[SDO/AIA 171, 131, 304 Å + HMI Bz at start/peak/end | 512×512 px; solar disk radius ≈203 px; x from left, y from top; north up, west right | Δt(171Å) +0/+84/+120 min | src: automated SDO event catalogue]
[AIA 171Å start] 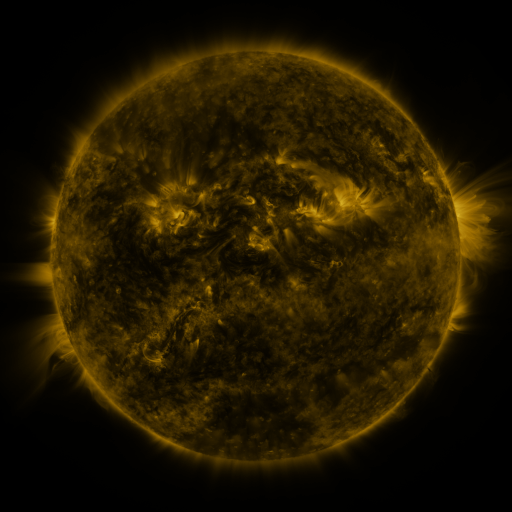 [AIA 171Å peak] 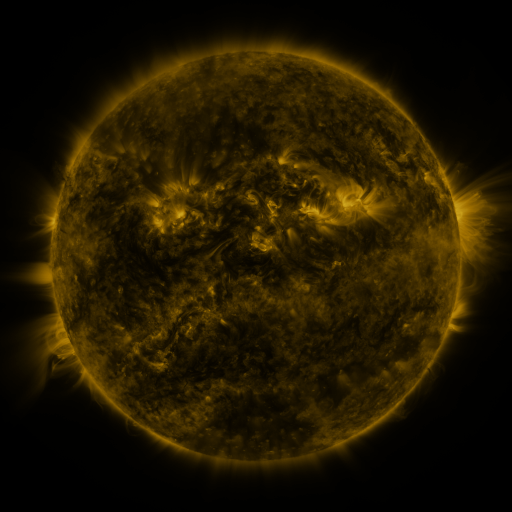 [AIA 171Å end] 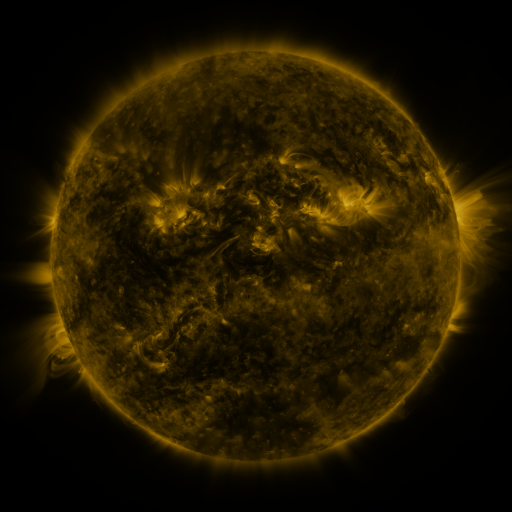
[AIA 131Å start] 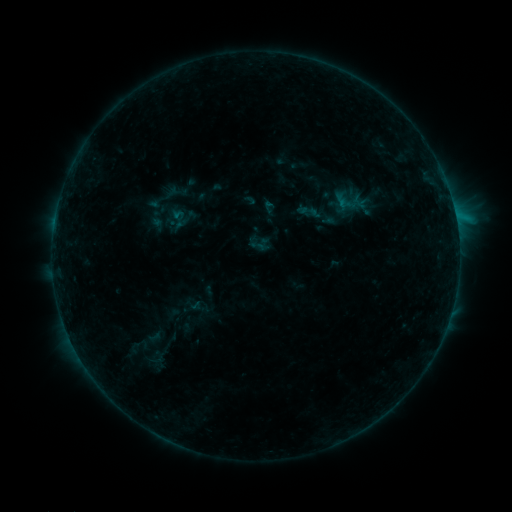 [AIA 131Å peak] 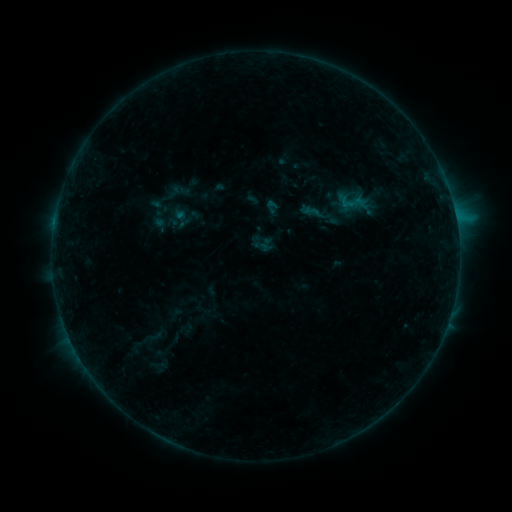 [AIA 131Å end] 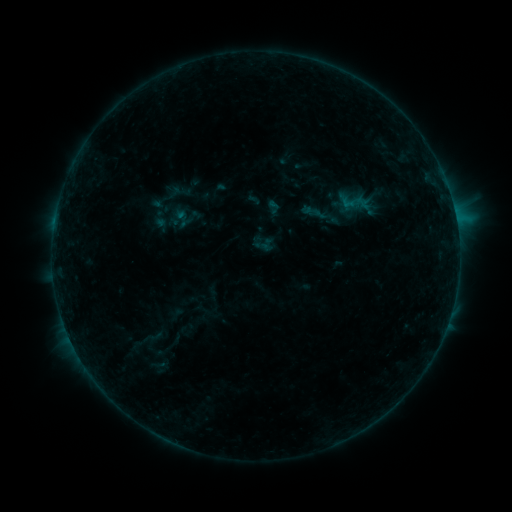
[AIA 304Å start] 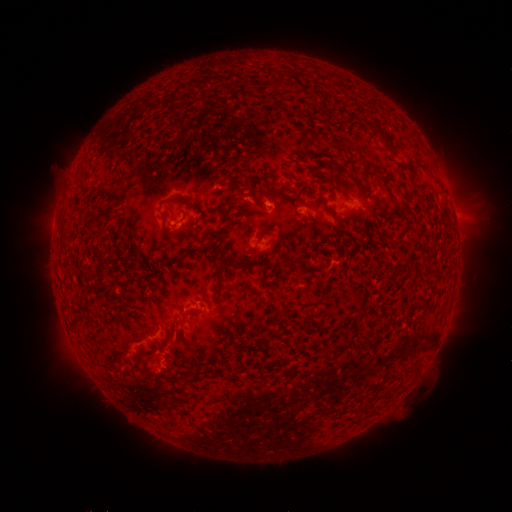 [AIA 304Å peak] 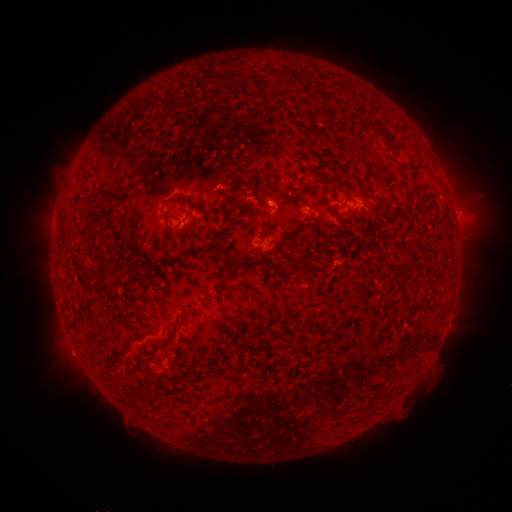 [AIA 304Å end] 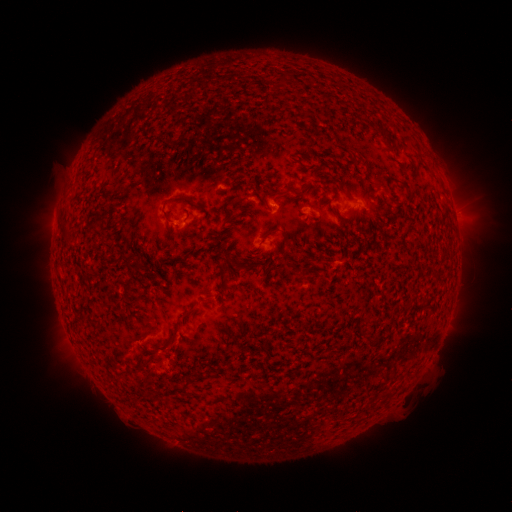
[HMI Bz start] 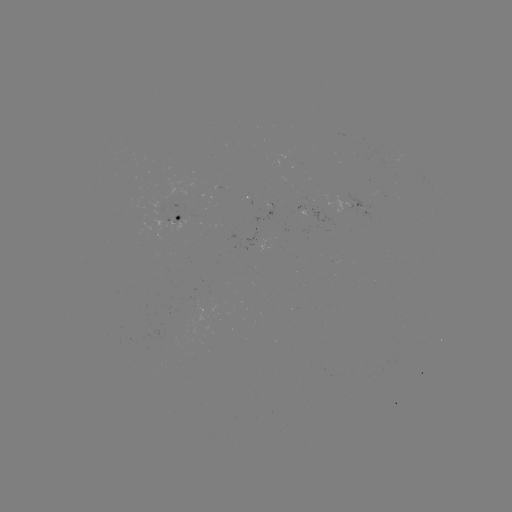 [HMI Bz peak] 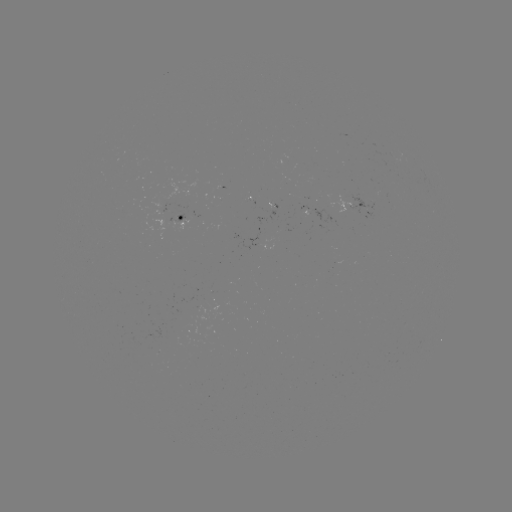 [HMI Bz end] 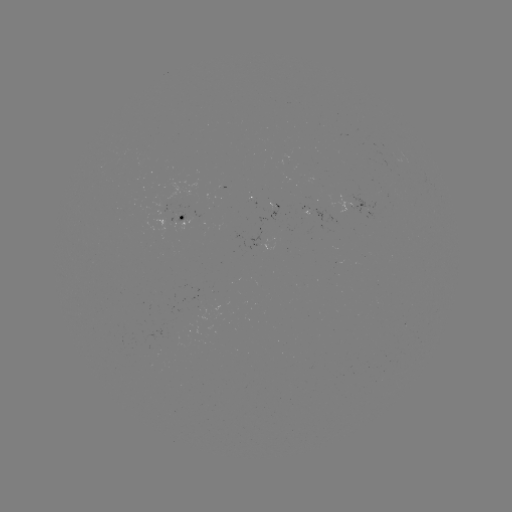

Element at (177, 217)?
emerging-flux region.